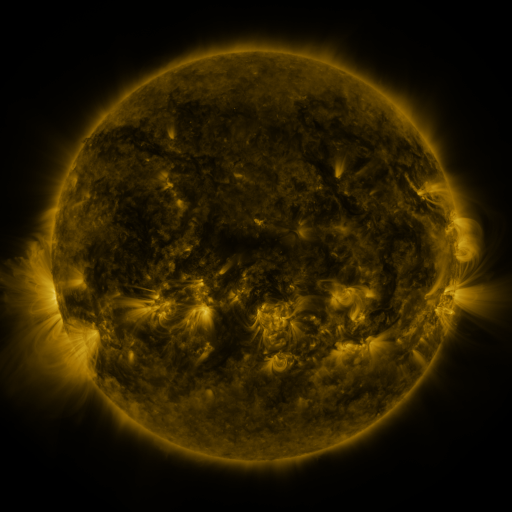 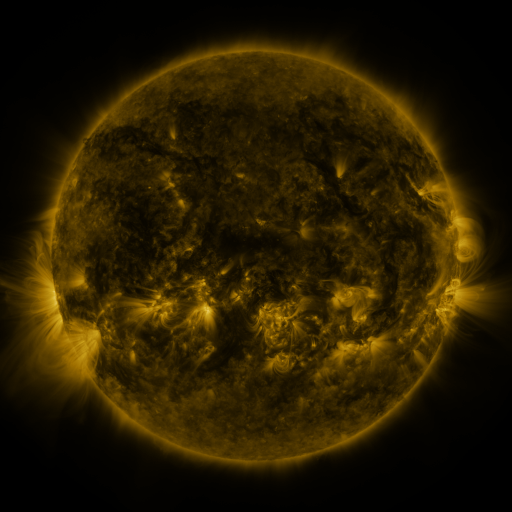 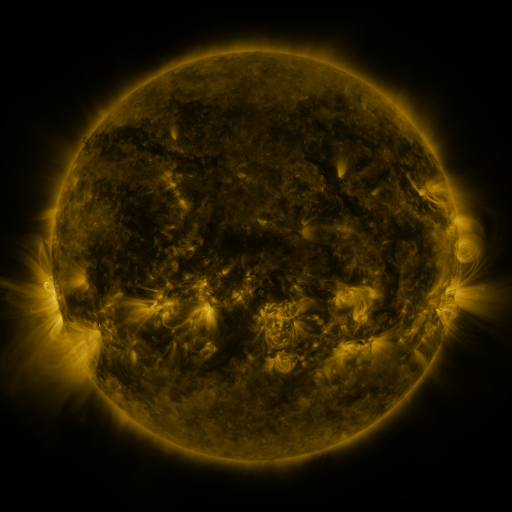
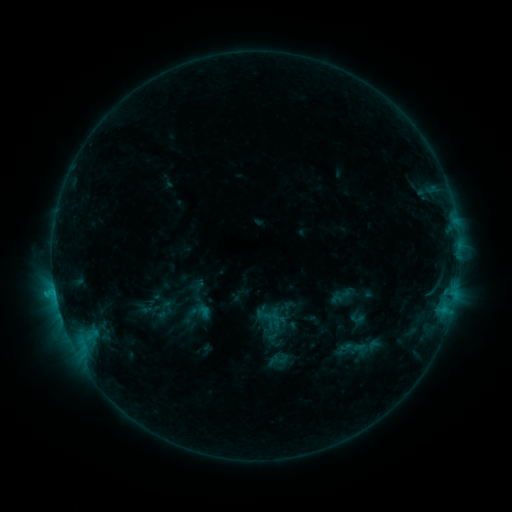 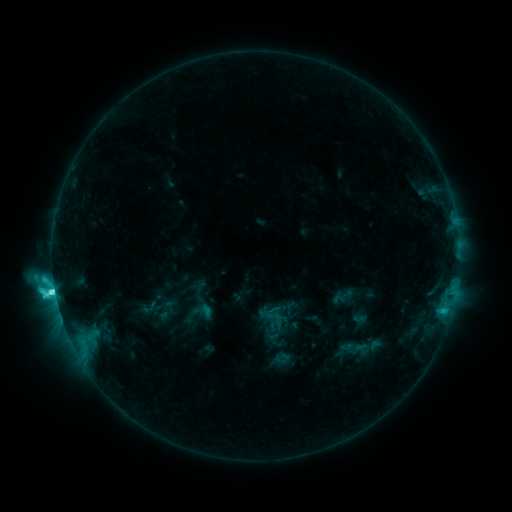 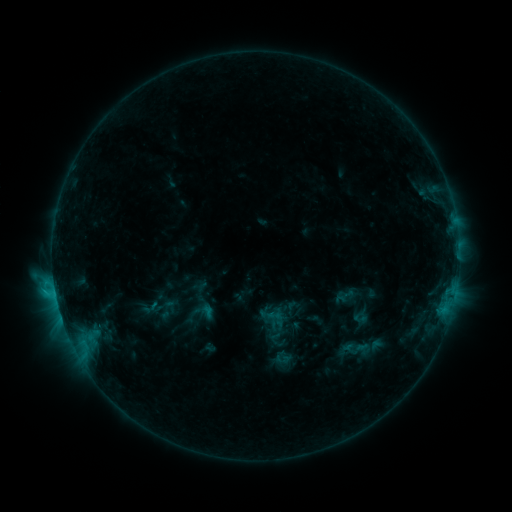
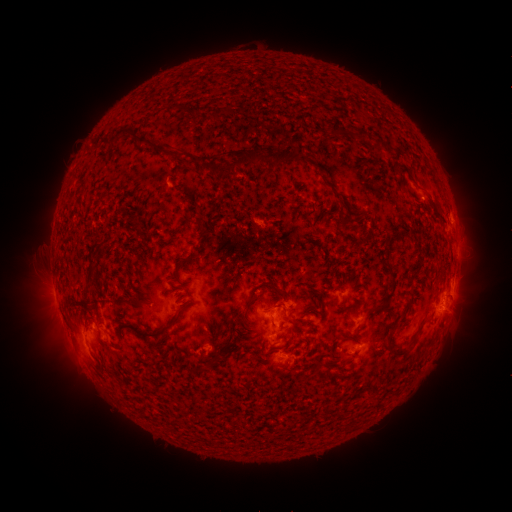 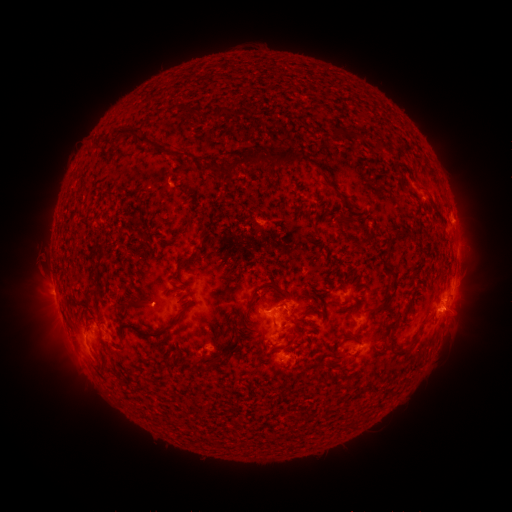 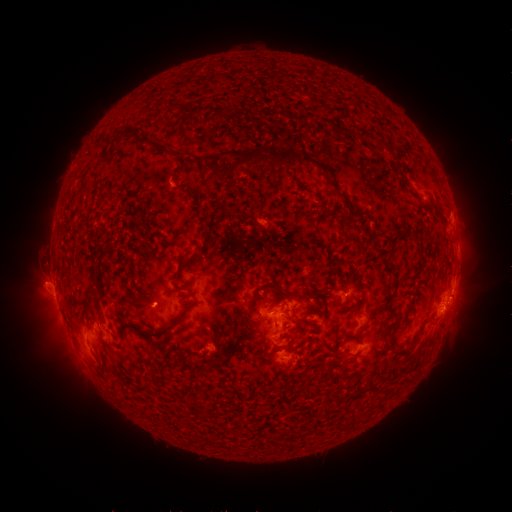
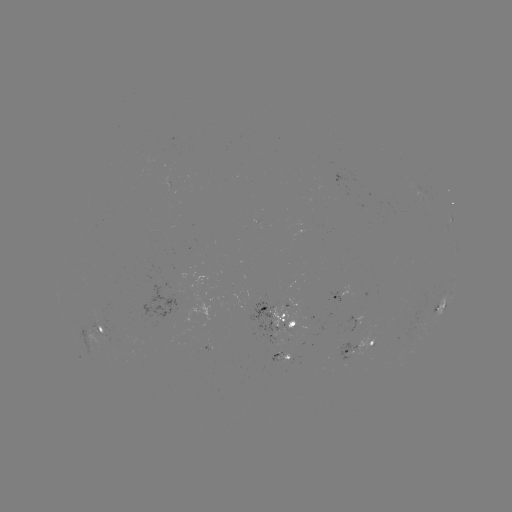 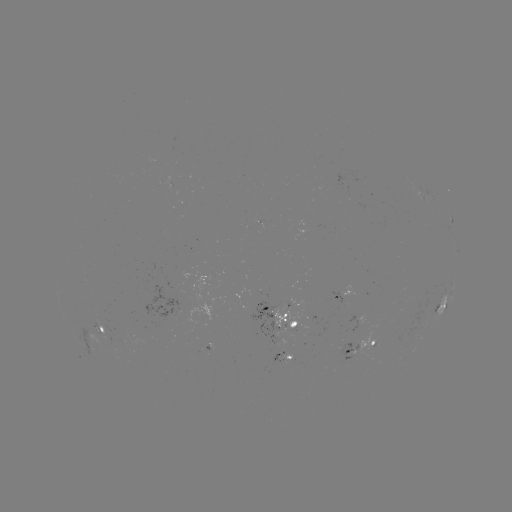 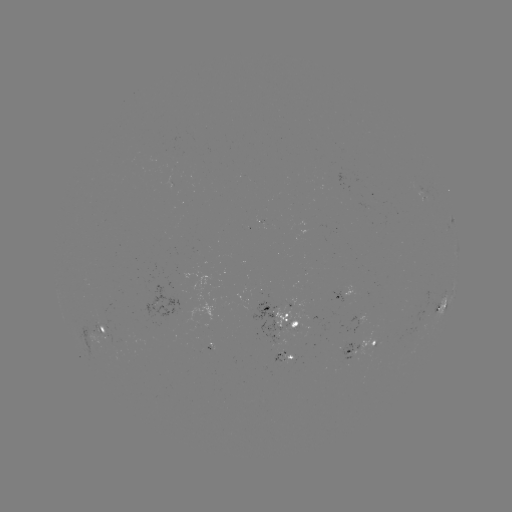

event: emerging-flux region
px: (321, 326)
